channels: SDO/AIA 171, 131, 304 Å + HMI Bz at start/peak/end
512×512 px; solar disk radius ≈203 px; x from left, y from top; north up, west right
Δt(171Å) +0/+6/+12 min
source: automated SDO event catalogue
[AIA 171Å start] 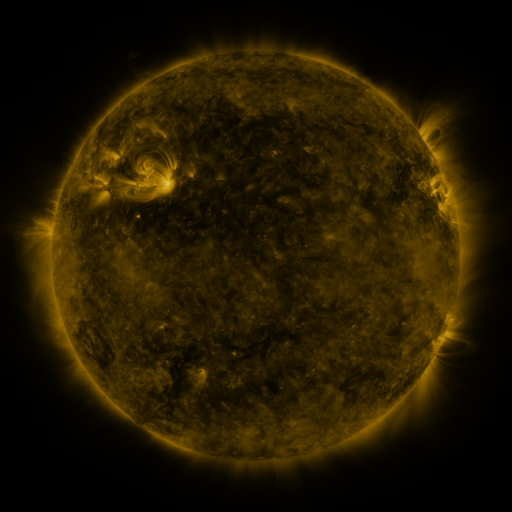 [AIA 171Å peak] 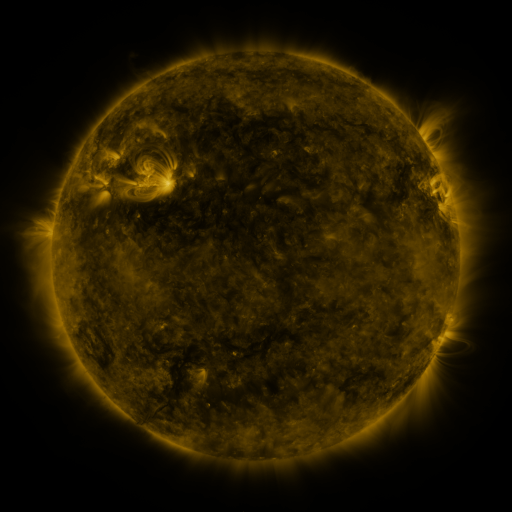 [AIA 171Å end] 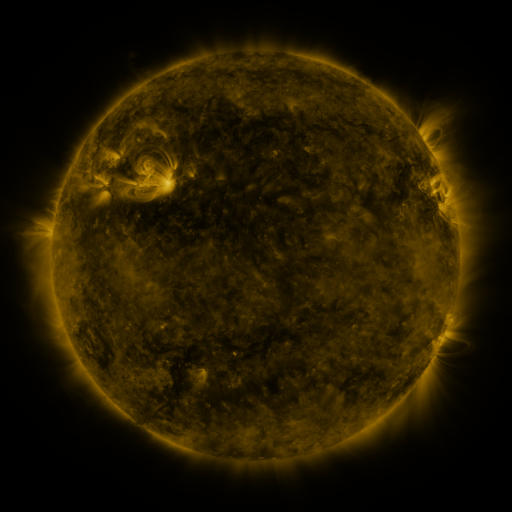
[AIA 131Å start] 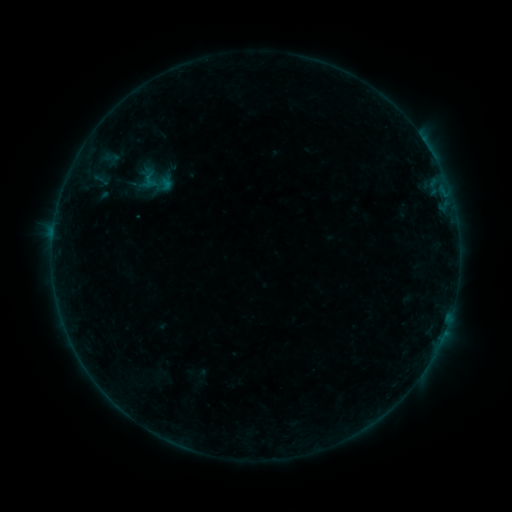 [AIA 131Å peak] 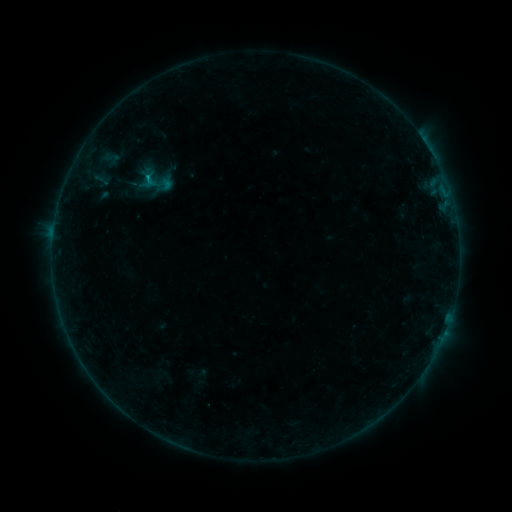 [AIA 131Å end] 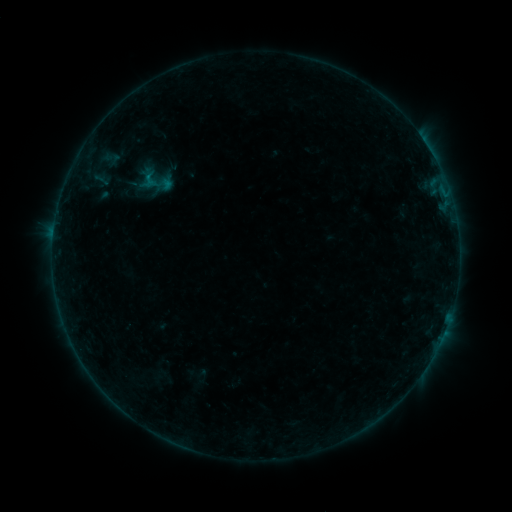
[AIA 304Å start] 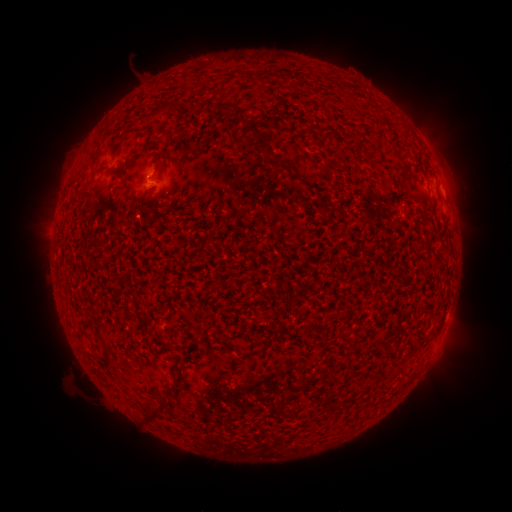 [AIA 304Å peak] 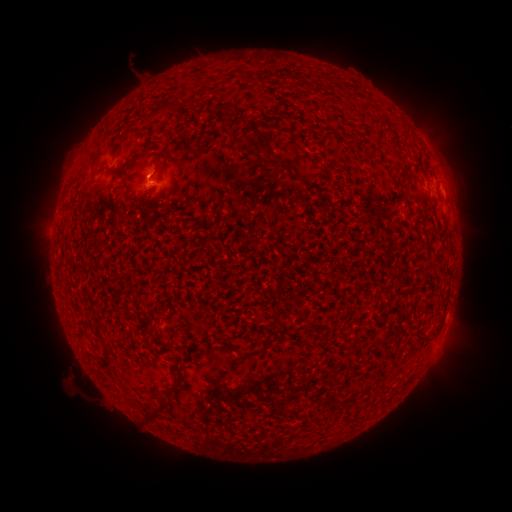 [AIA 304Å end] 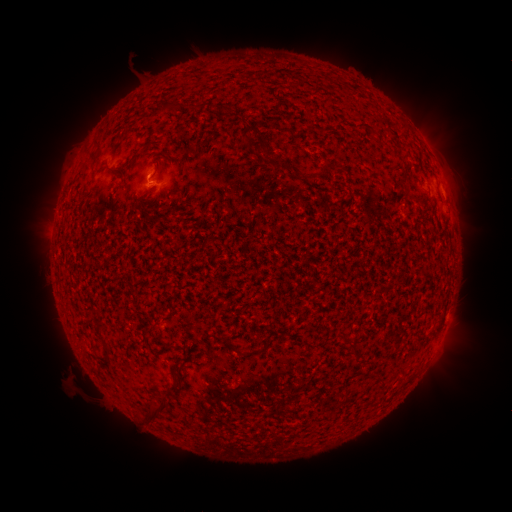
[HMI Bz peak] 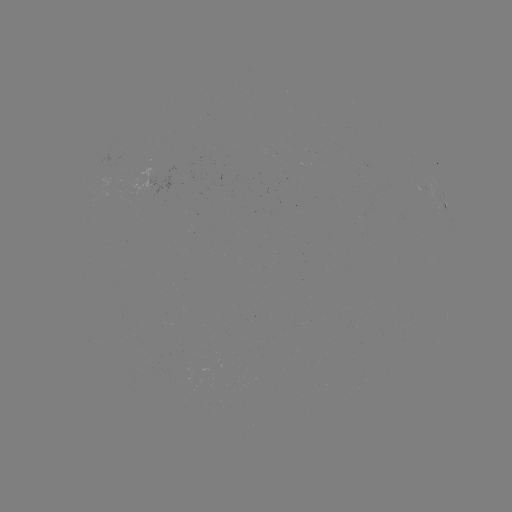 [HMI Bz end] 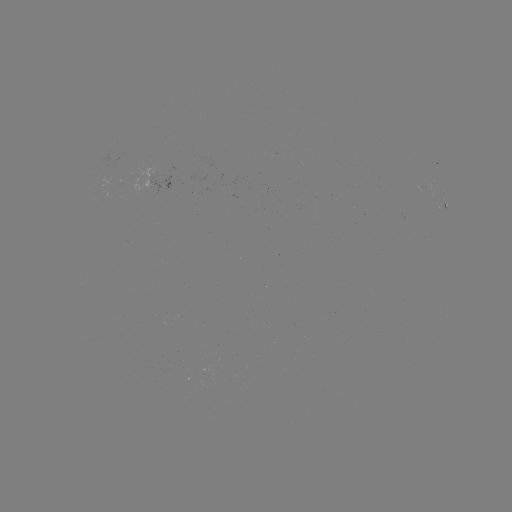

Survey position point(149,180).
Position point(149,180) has B3.6 flare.